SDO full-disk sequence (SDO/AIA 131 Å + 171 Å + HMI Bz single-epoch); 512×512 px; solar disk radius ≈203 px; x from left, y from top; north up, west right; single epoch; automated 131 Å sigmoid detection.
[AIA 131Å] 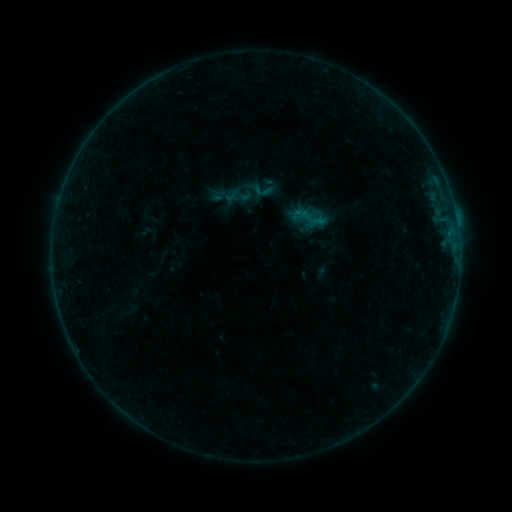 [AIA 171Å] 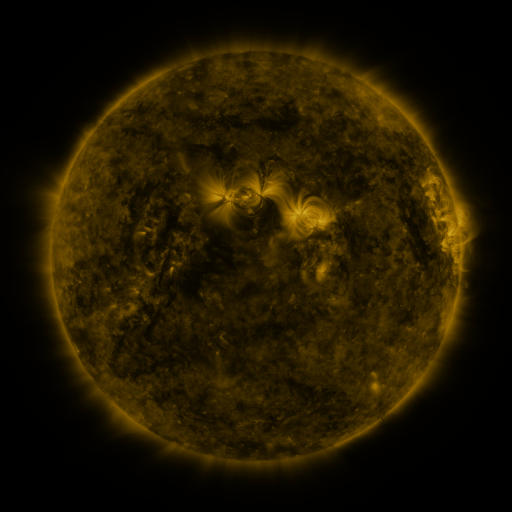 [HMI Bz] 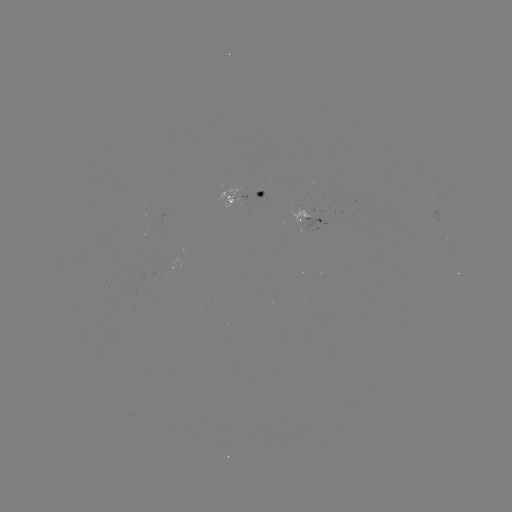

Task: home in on sigmoid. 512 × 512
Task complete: [260, 189].